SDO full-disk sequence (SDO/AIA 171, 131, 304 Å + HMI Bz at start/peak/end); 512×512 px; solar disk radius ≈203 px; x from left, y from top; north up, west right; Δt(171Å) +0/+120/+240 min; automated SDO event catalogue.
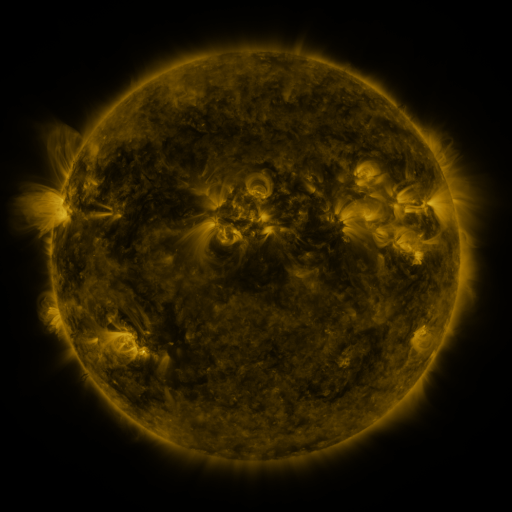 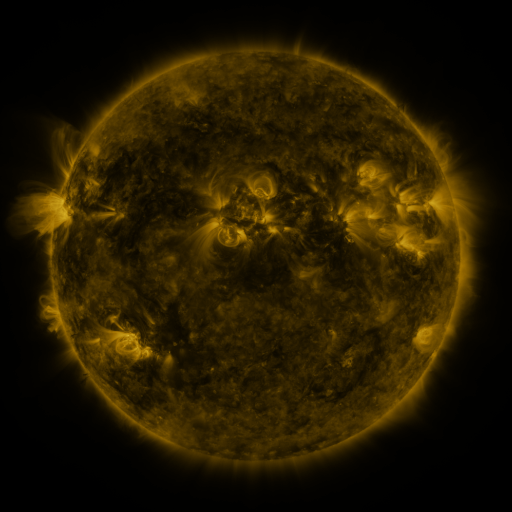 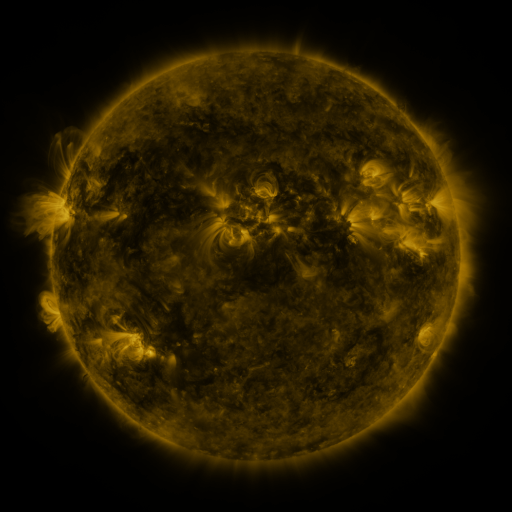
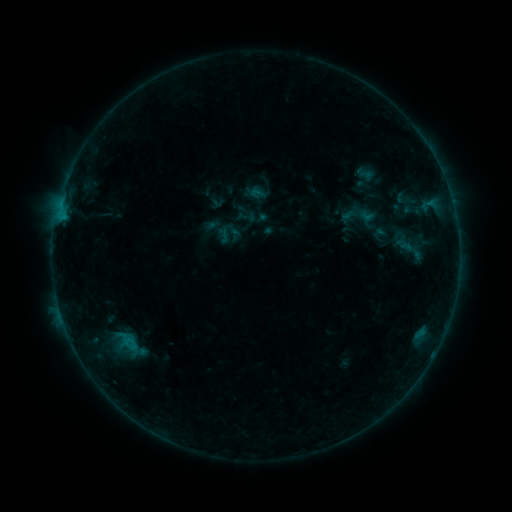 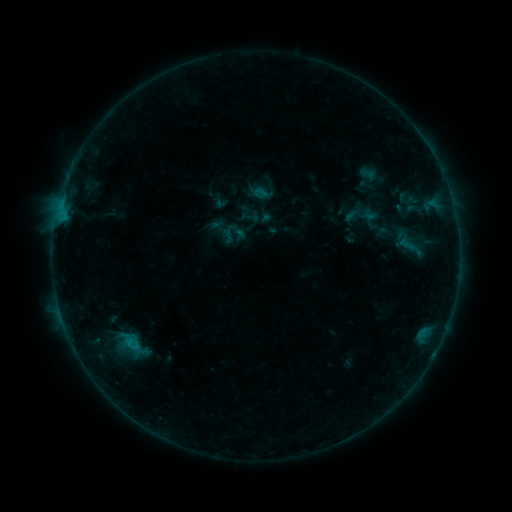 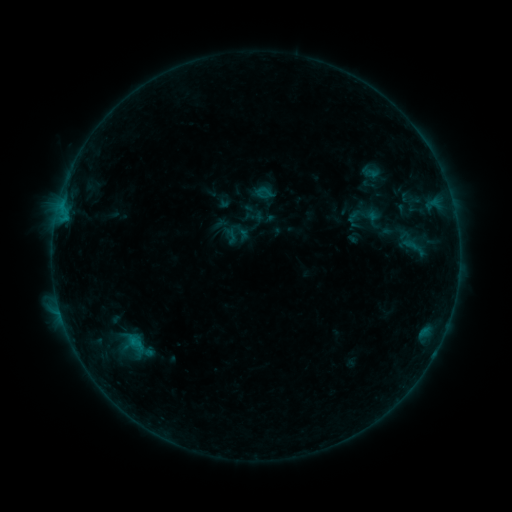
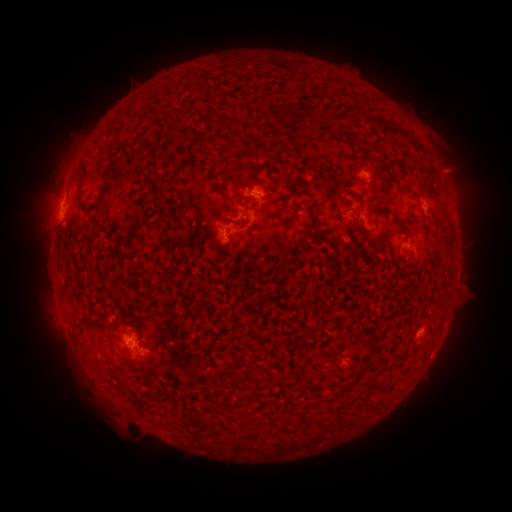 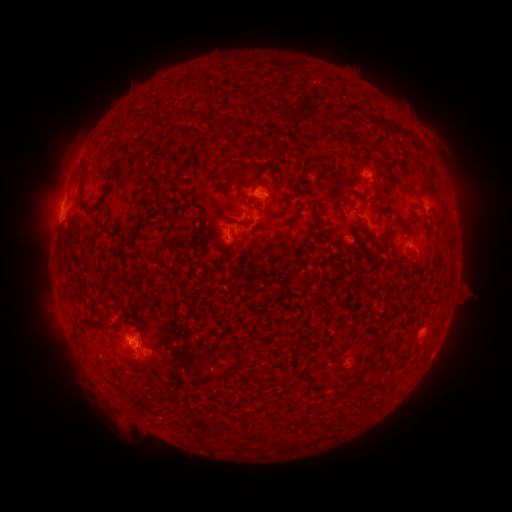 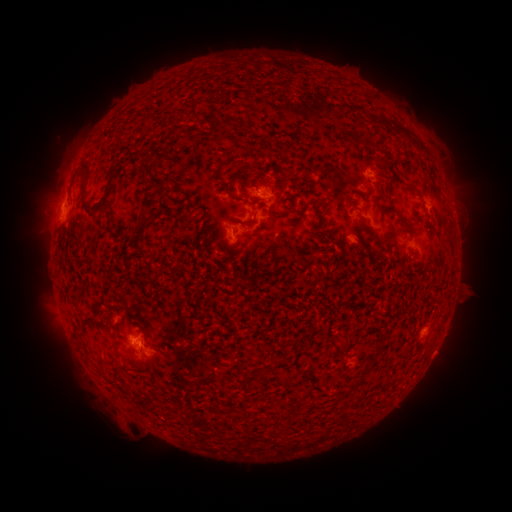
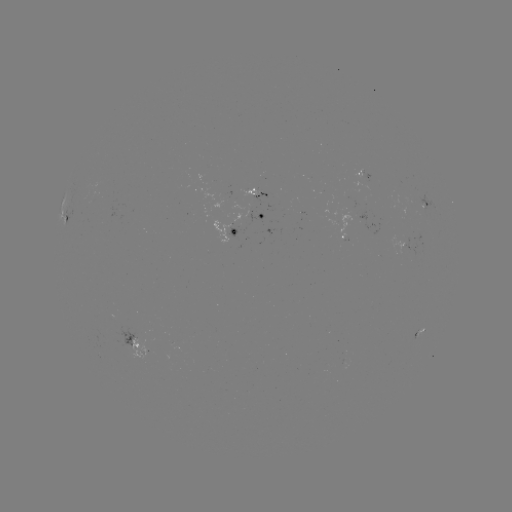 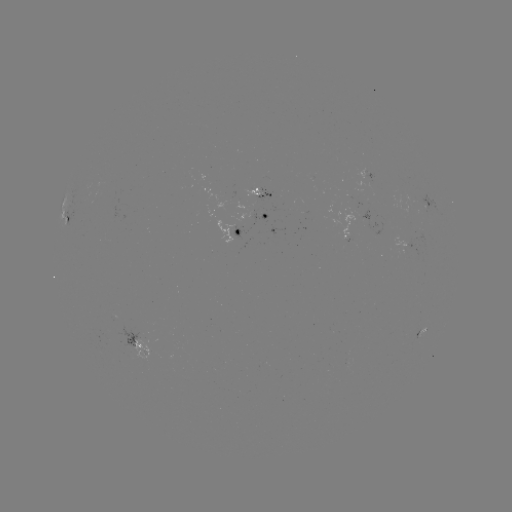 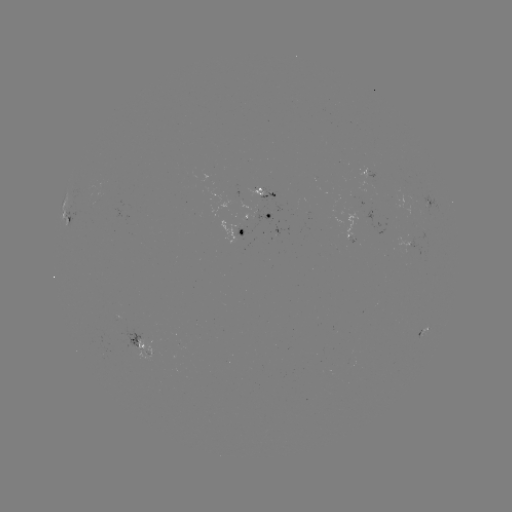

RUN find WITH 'filament eruption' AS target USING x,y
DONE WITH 232,174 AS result